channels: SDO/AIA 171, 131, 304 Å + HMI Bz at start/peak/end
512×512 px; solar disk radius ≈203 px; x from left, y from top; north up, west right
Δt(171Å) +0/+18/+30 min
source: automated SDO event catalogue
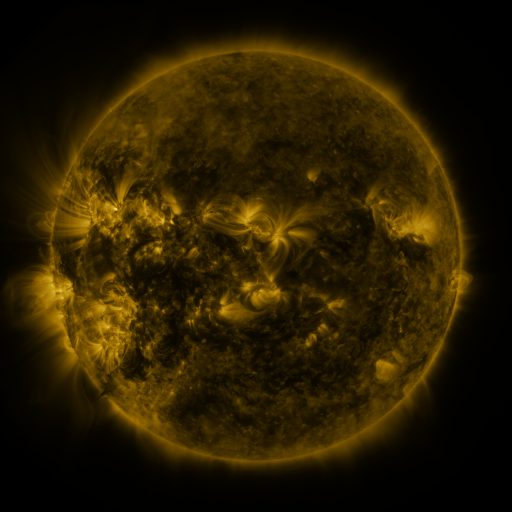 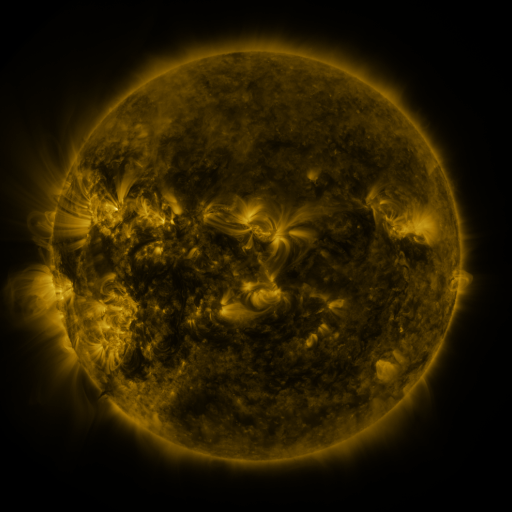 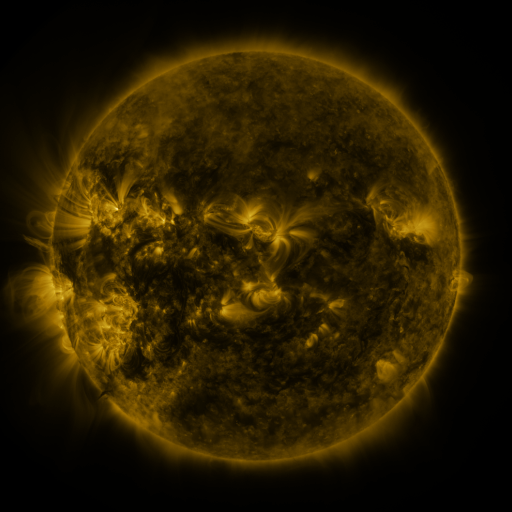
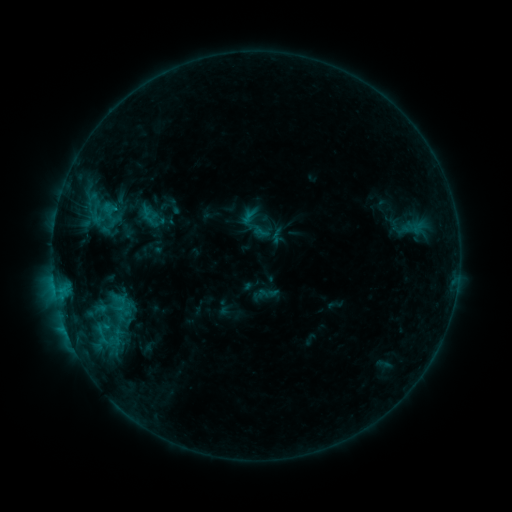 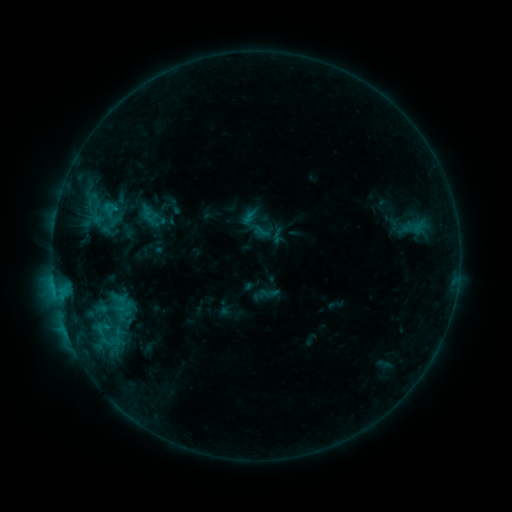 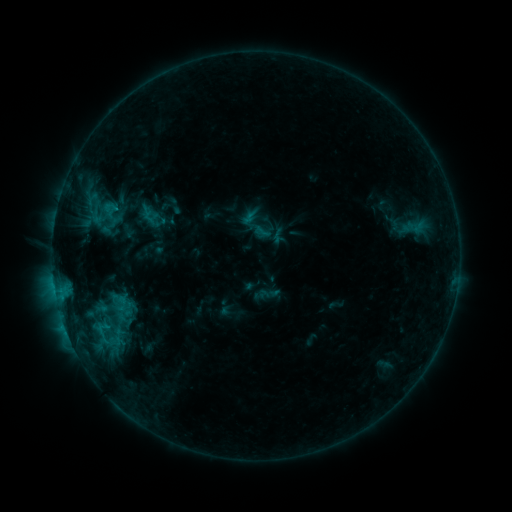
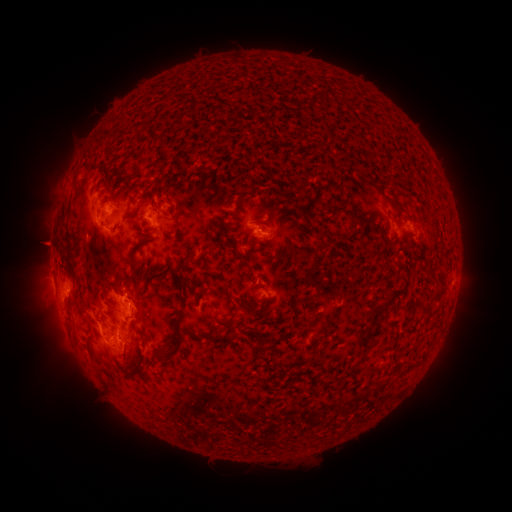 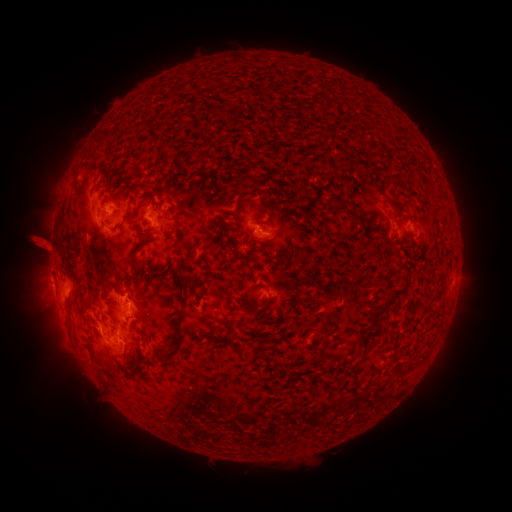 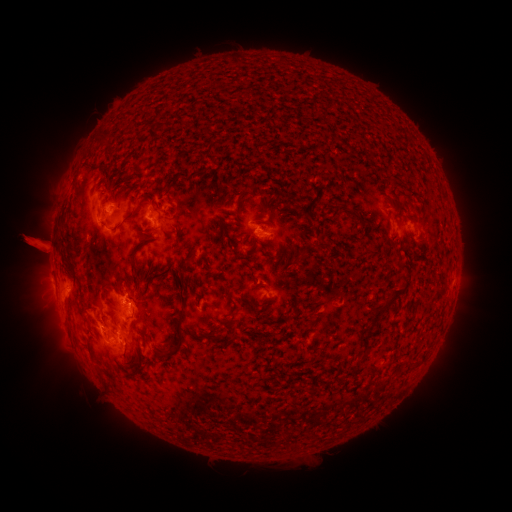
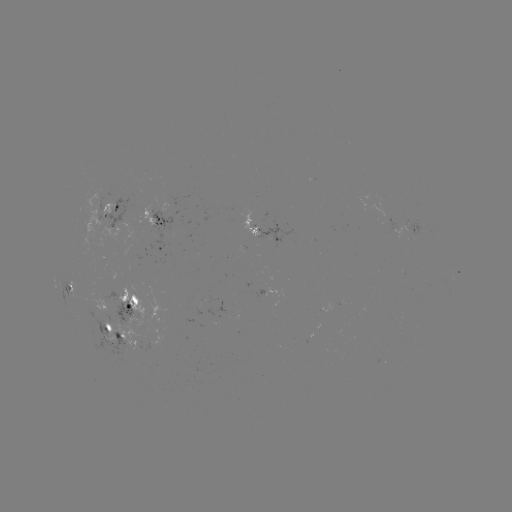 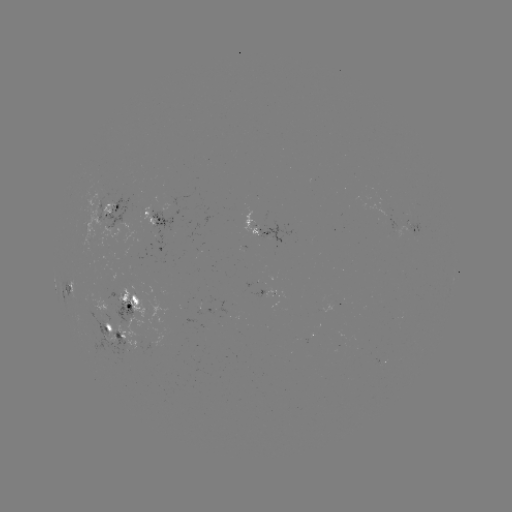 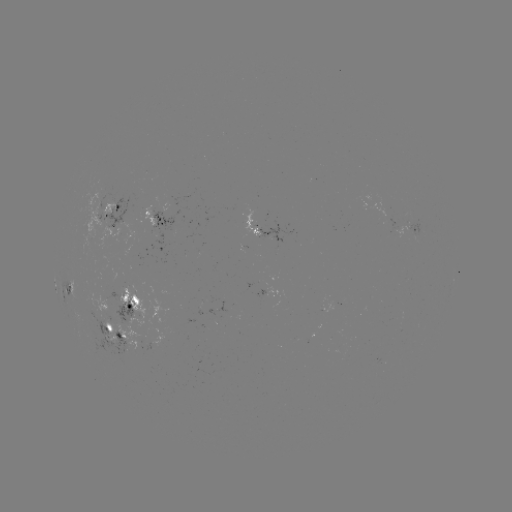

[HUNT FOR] eruption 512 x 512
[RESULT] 40,247